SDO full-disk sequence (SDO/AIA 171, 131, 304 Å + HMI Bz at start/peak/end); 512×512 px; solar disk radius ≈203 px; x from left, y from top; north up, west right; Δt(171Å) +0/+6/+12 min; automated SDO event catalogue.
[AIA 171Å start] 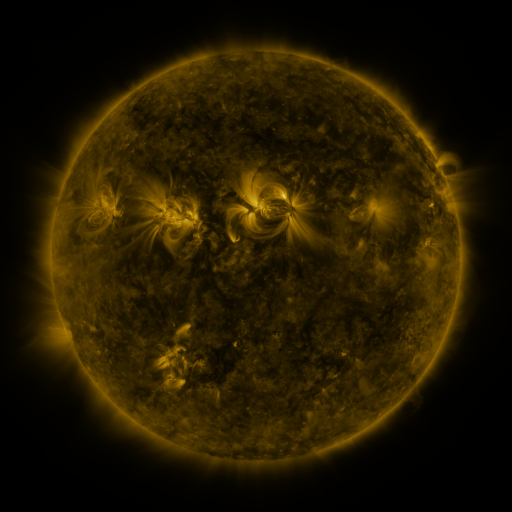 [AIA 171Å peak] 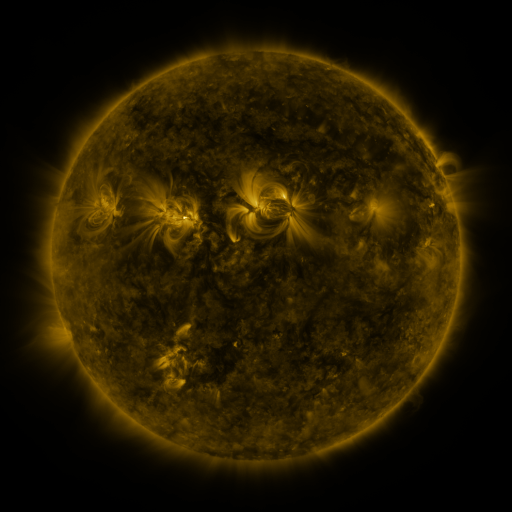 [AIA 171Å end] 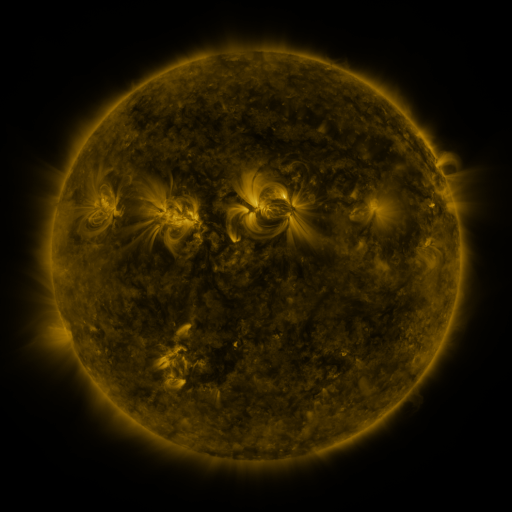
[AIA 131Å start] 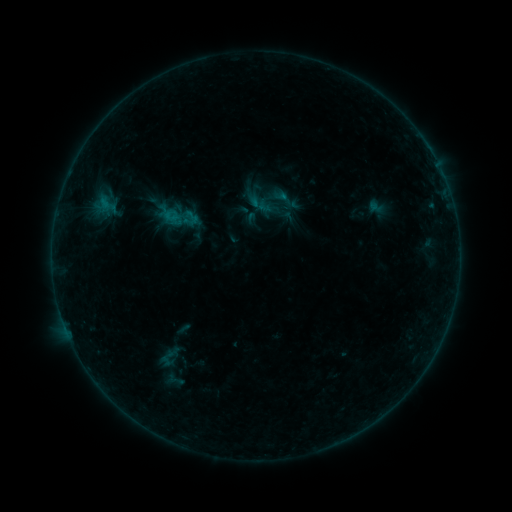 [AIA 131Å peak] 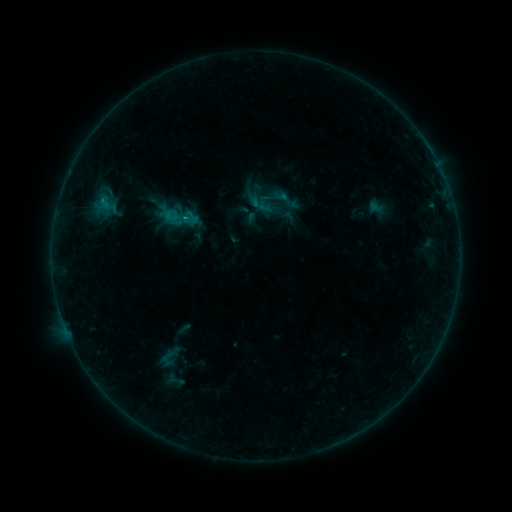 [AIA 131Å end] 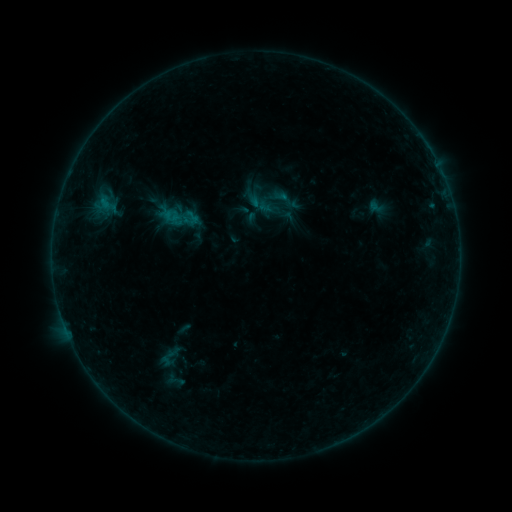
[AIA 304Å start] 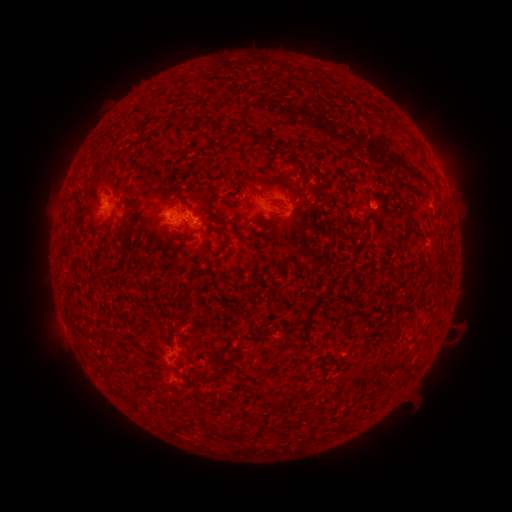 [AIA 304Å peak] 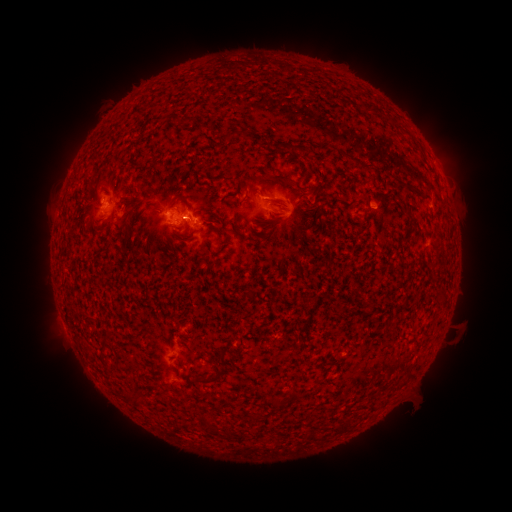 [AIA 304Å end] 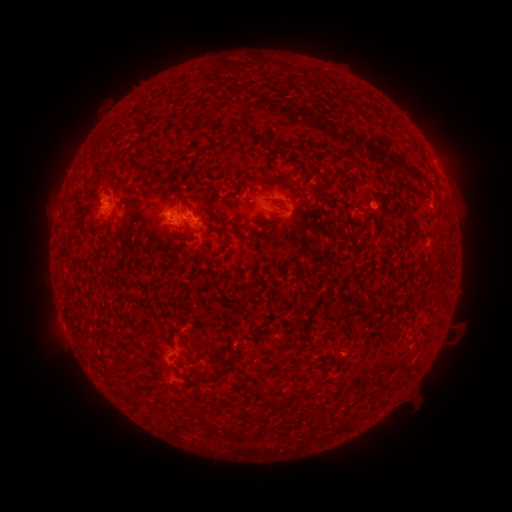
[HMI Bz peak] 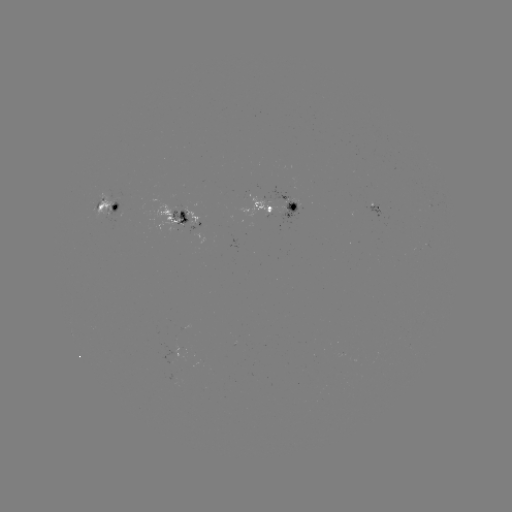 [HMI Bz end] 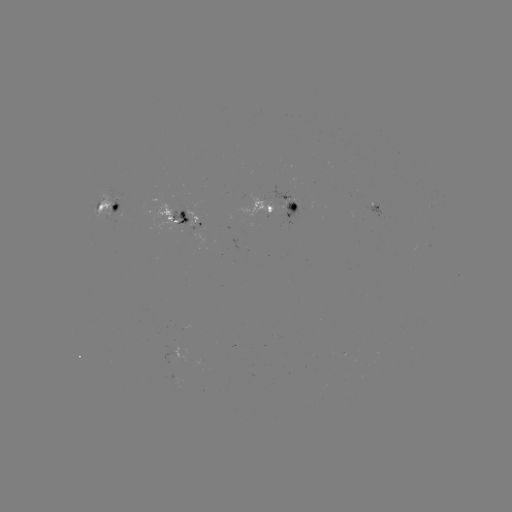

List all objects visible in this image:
B4.6 flare: (104, 201)
